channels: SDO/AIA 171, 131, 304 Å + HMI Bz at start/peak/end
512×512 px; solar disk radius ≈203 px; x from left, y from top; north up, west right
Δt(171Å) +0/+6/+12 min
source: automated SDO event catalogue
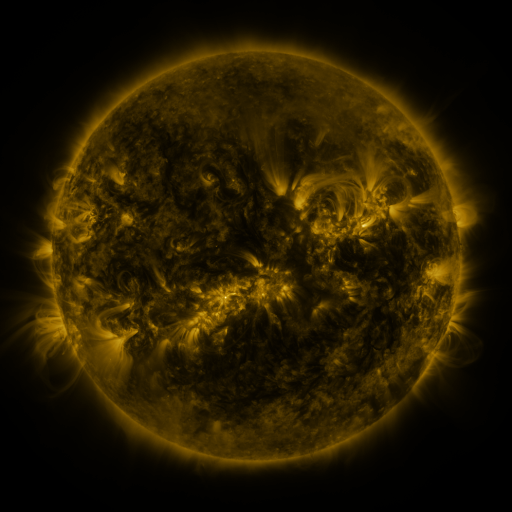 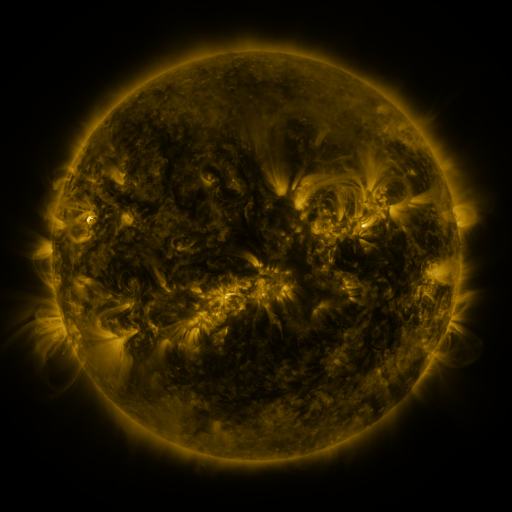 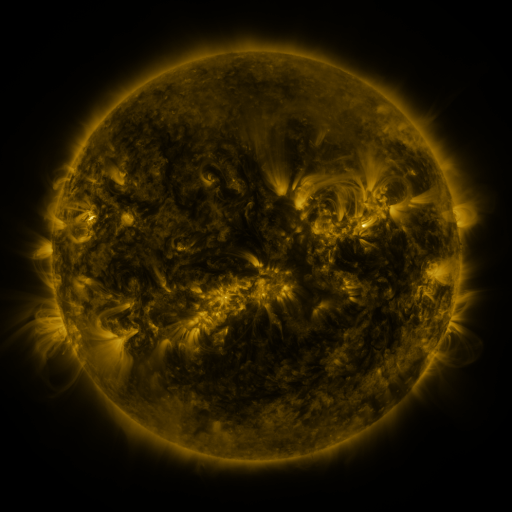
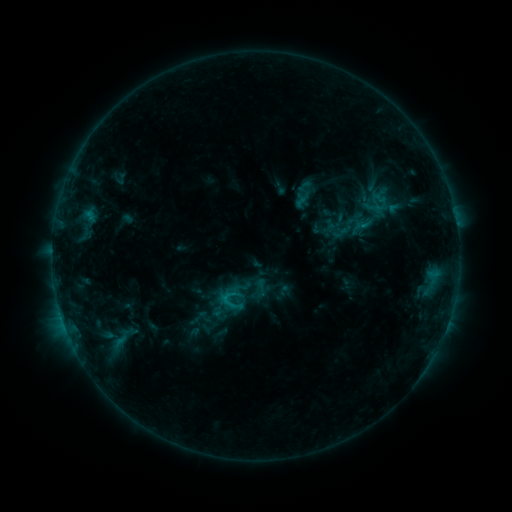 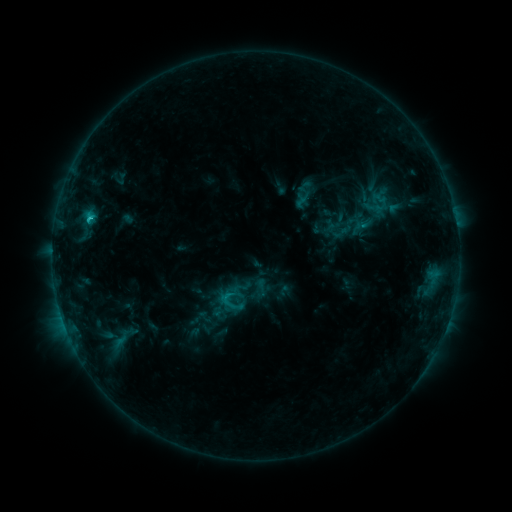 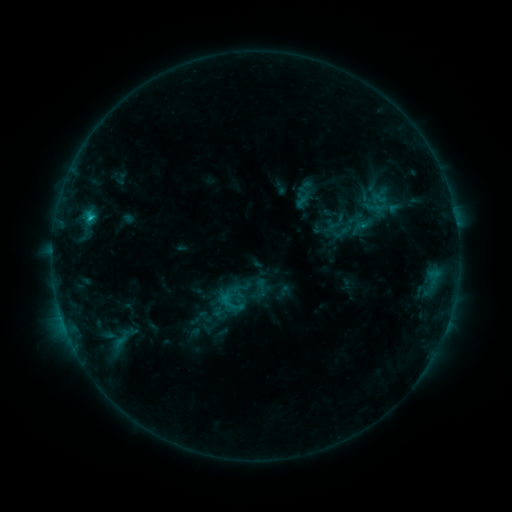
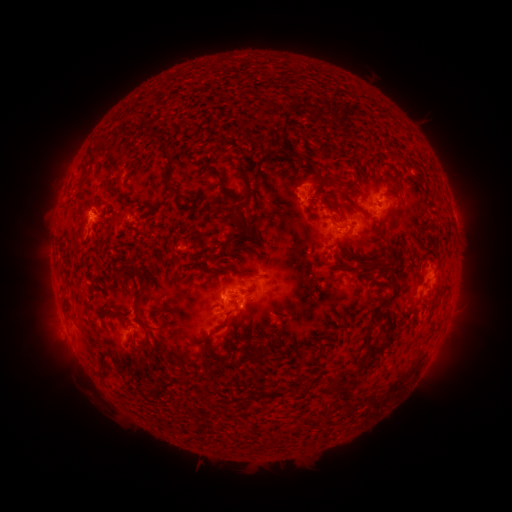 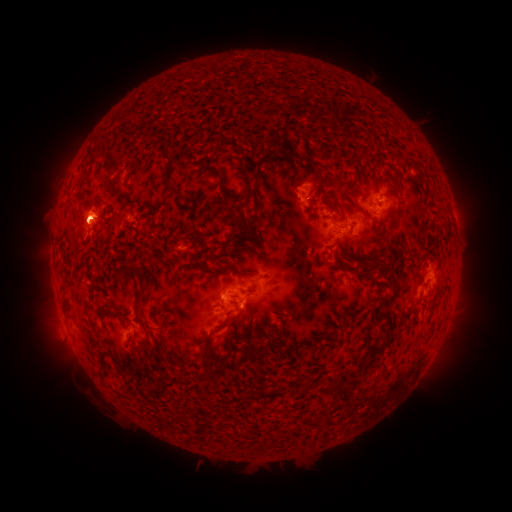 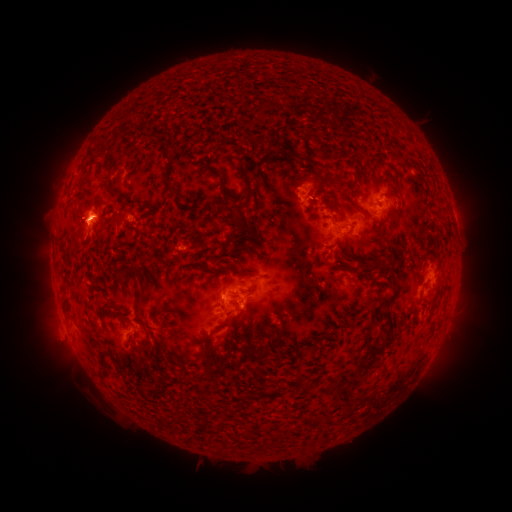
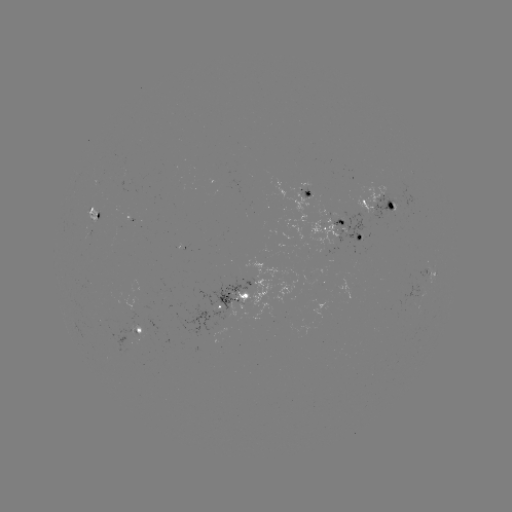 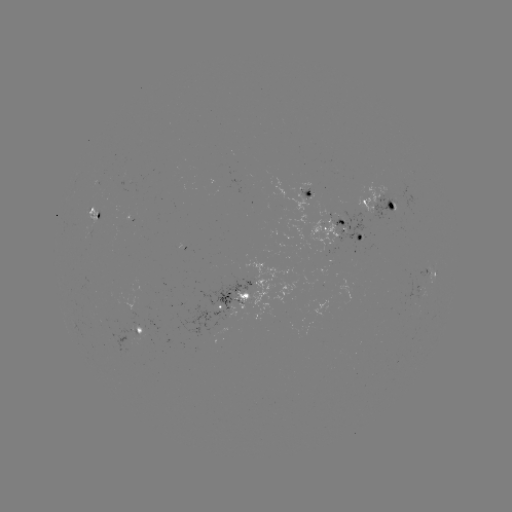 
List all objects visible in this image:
C2.1 flare: (90, 222)
